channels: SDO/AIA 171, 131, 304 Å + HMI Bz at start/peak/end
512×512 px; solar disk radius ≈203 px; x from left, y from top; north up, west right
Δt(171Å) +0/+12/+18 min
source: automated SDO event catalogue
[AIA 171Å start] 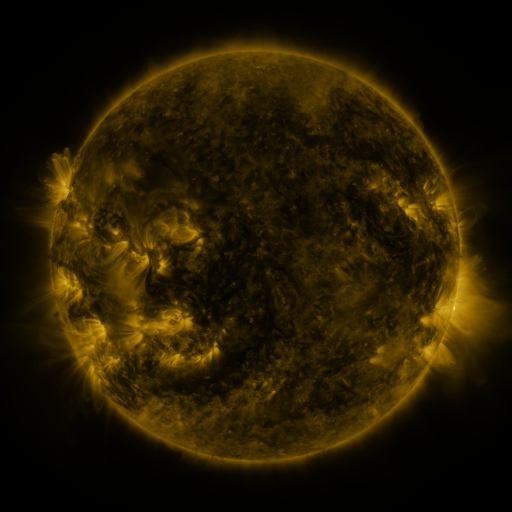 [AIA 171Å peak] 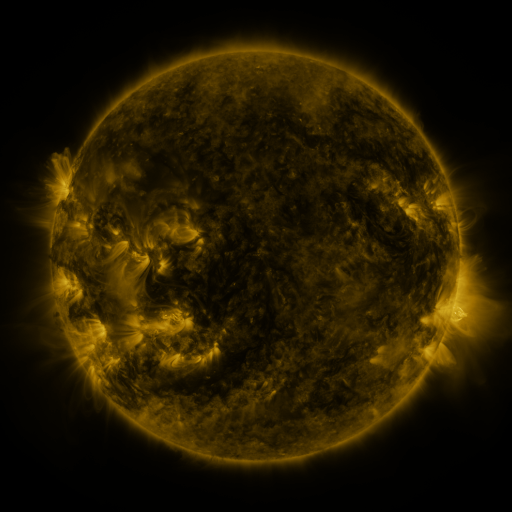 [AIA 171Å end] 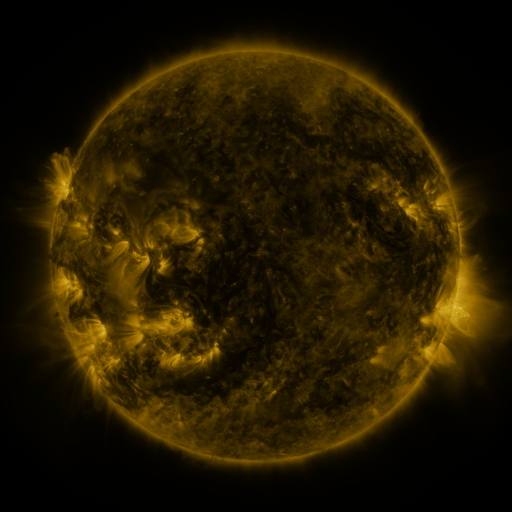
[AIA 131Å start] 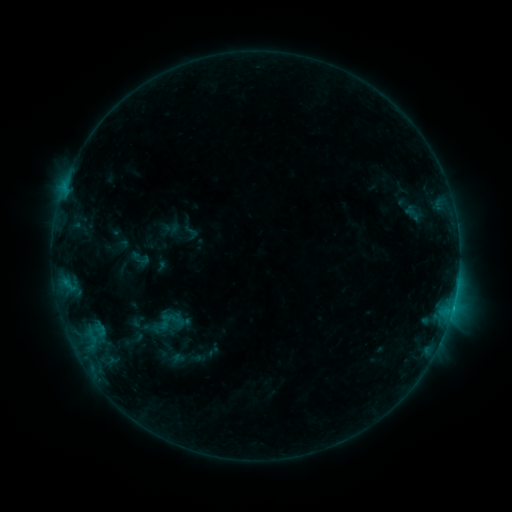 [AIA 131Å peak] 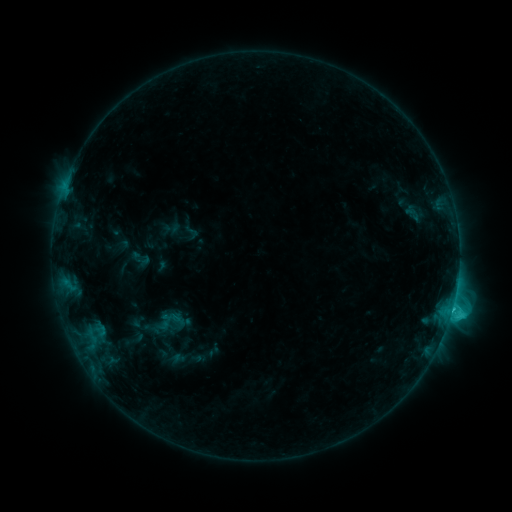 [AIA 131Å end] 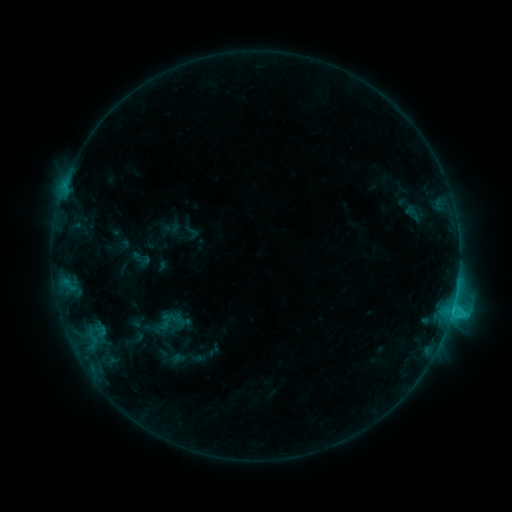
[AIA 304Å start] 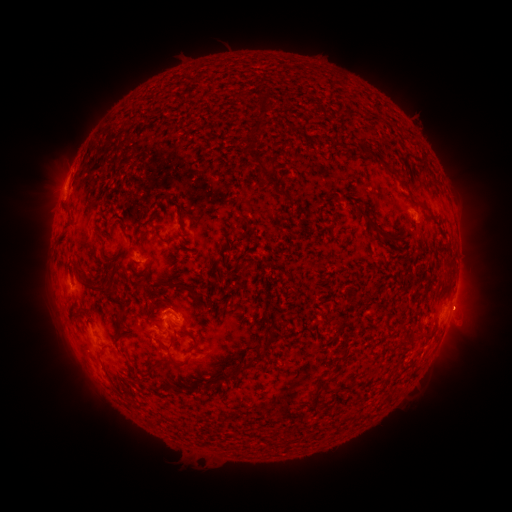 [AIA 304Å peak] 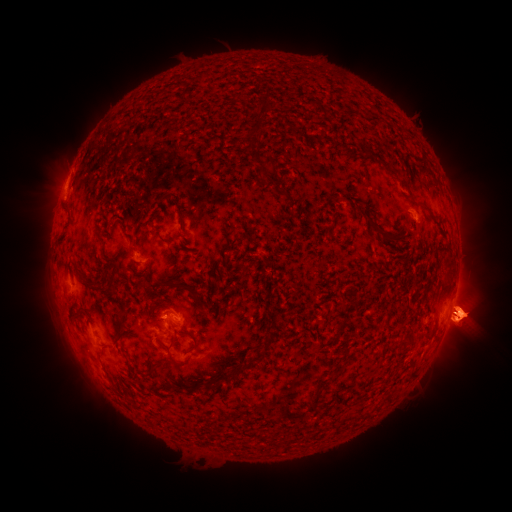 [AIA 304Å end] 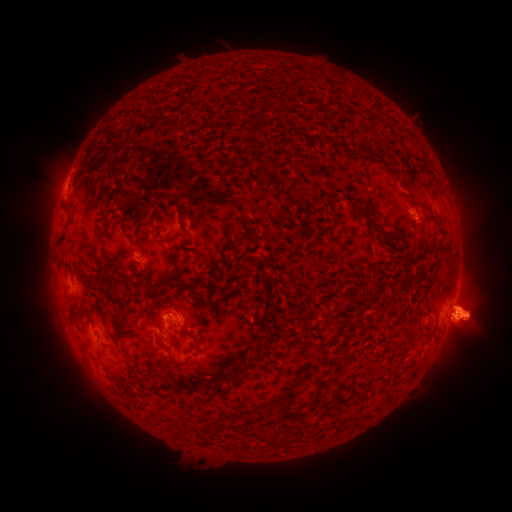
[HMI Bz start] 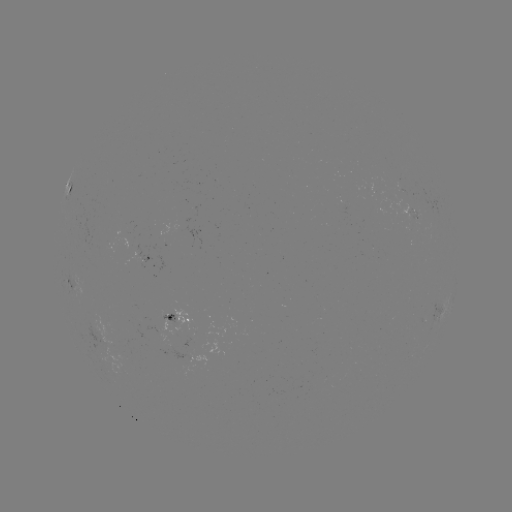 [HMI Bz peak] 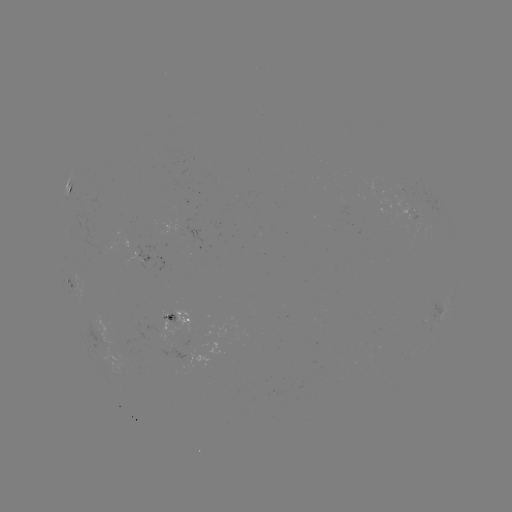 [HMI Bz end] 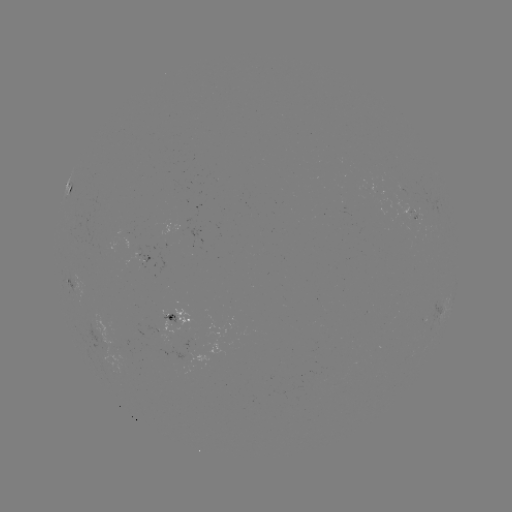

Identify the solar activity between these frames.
C1.8 flare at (451, 312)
